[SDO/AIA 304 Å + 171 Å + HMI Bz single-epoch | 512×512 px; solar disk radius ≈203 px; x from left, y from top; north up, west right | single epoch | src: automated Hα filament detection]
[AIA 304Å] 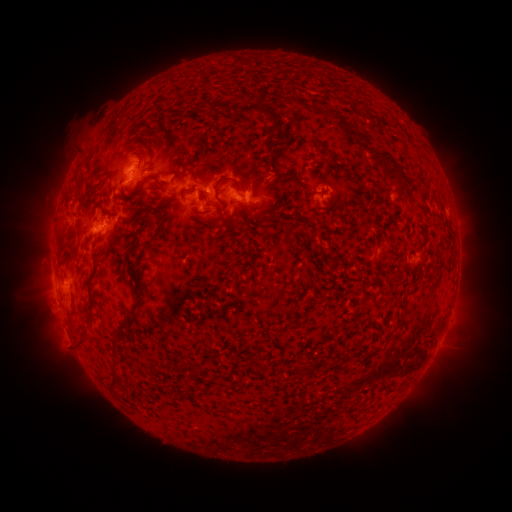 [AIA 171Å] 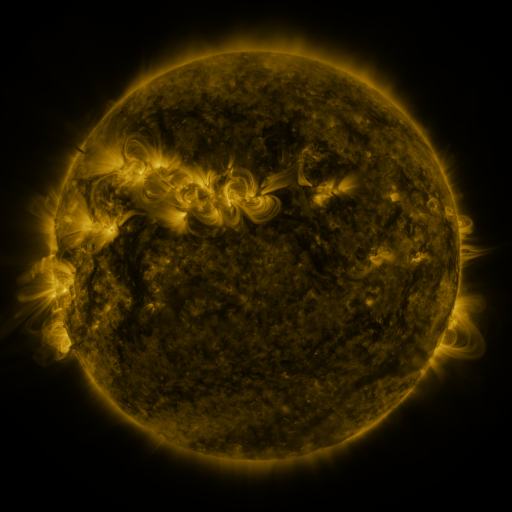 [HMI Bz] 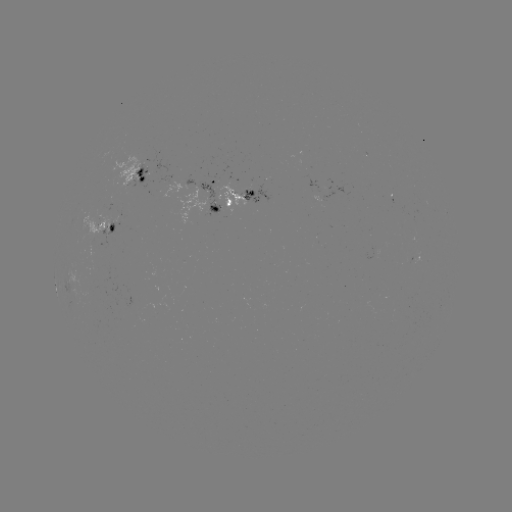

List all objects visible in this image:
filament: (214, 109)
filament: (273, 122)
filament: (164, 143)
filament: (323, 154)
filament: (138, 165)
filament: (387, 165)
filament: (177, 174)
filament: (79, 194)
filament: (201, 194)
filament: (216, 195)
filament: (161, 203)
filament: (280, 204)
filament: (252, 212)
filament: (270, 217)
filament: (195, 218)
filament: (61, 241)
filament: (131, 252)
filament: (94, 270)
filament: (139, 298)
filament: (93, 309)
filament: (84, 342)
filament: (118, 342)
filament: (117, 379)
